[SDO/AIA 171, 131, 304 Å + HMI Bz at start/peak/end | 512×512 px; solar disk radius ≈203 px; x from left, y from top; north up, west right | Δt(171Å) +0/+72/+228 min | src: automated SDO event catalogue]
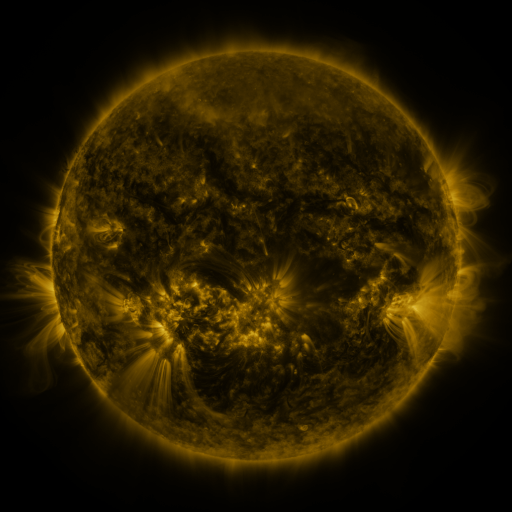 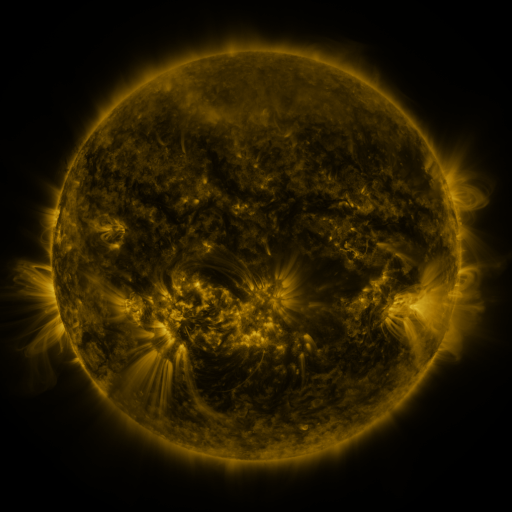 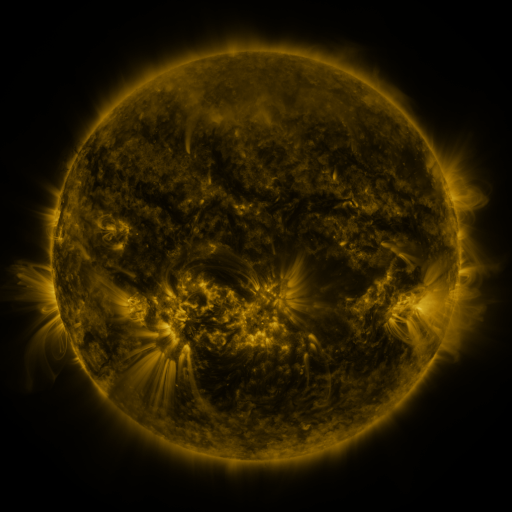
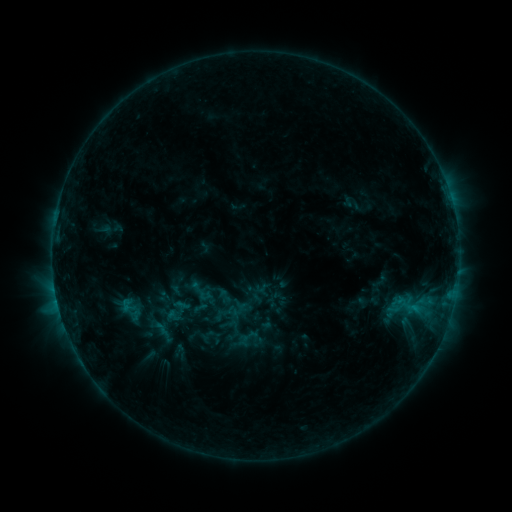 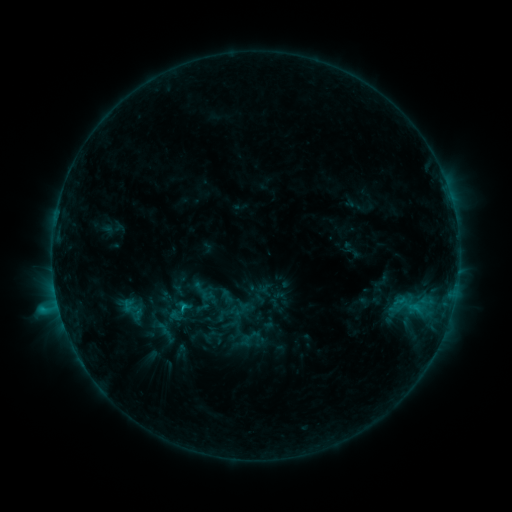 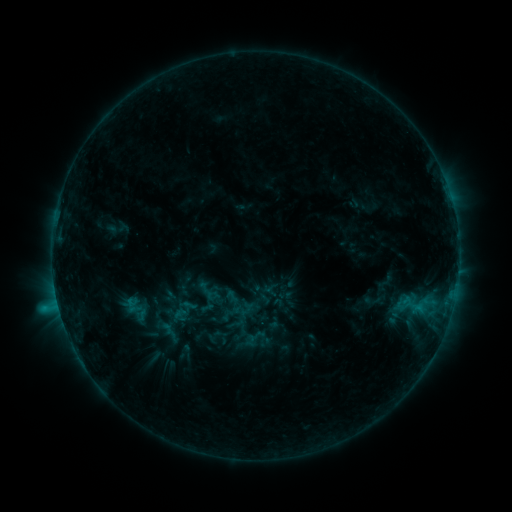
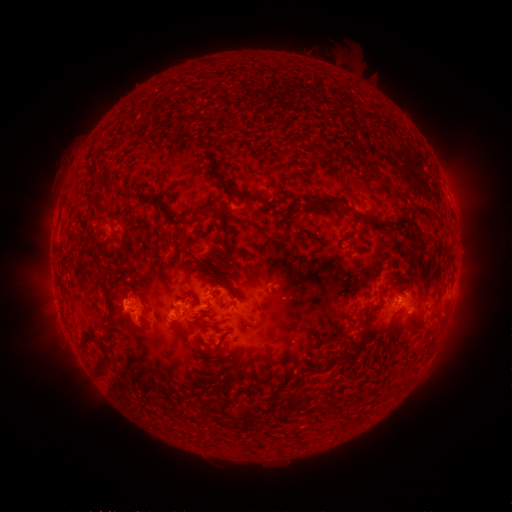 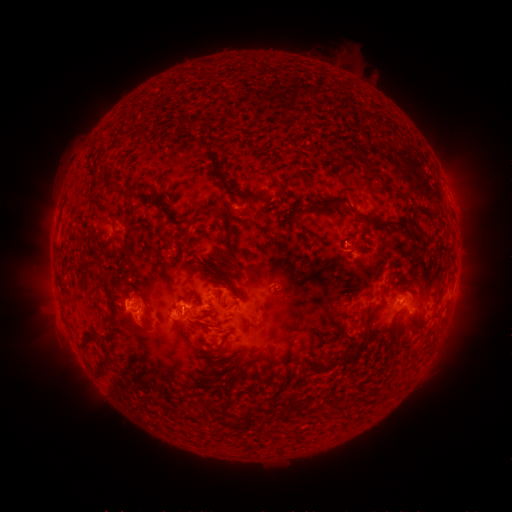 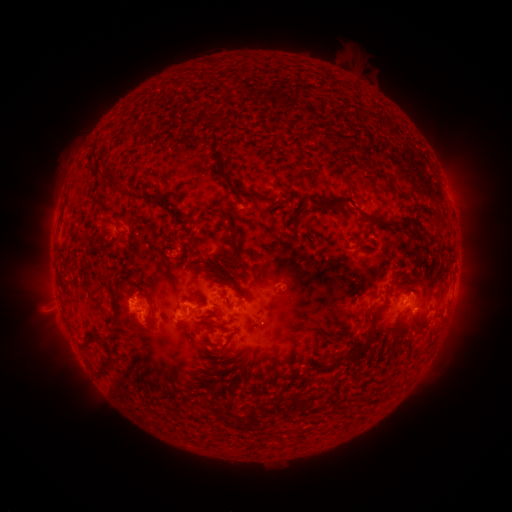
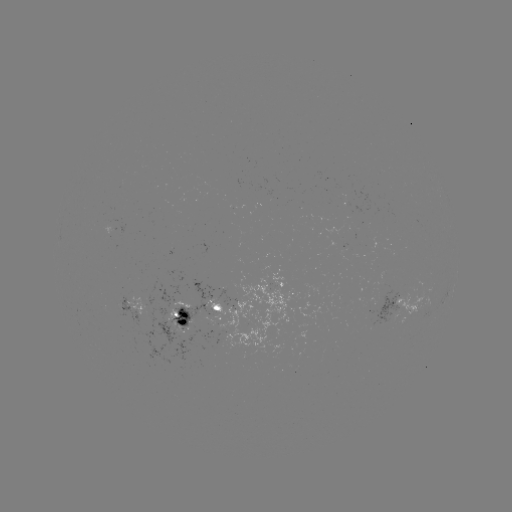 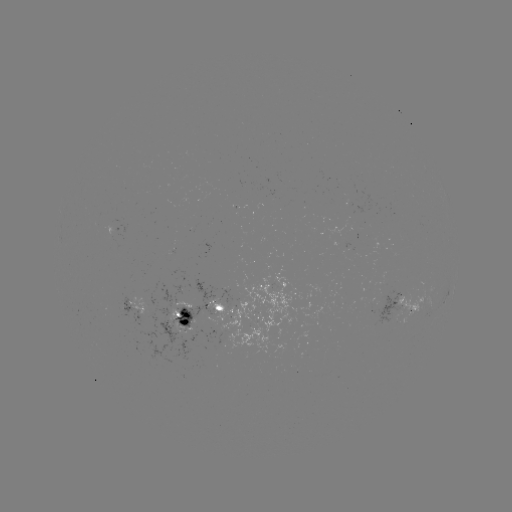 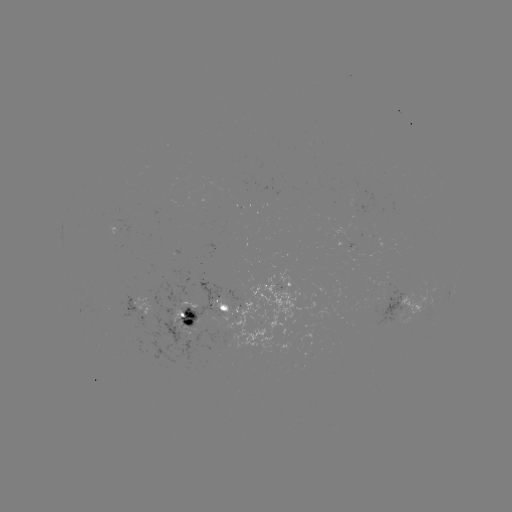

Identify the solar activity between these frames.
C1.9 flare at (184, 306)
